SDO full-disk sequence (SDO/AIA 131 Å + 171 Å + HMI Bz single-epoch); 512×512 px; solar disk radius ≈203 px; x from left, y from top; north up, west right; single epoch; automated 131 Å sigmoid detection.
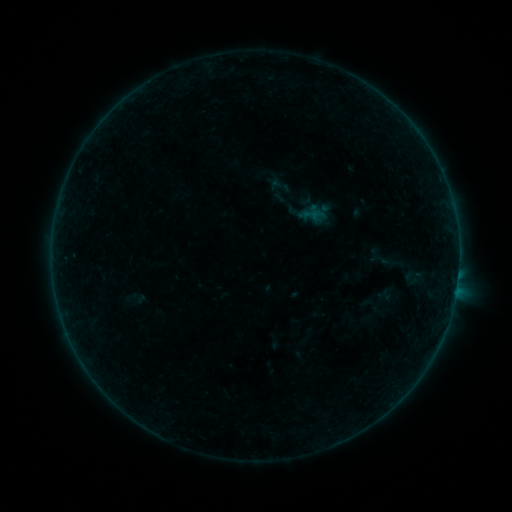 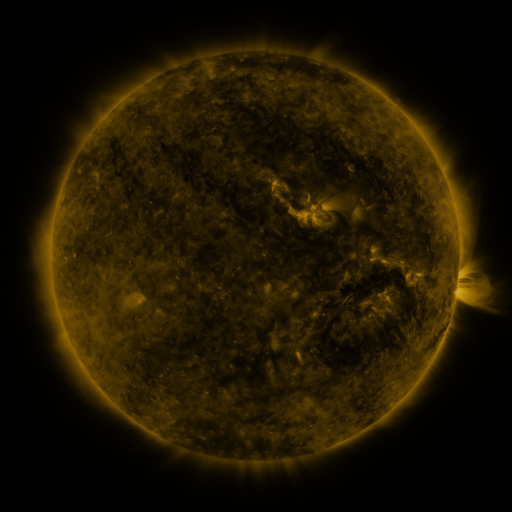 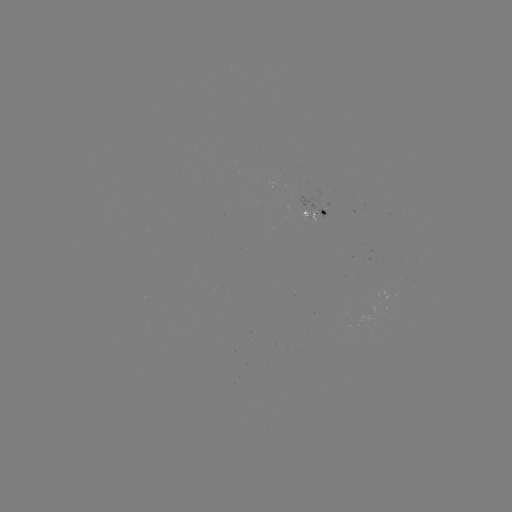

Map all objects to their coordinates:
sigmoid: (280, 185)
